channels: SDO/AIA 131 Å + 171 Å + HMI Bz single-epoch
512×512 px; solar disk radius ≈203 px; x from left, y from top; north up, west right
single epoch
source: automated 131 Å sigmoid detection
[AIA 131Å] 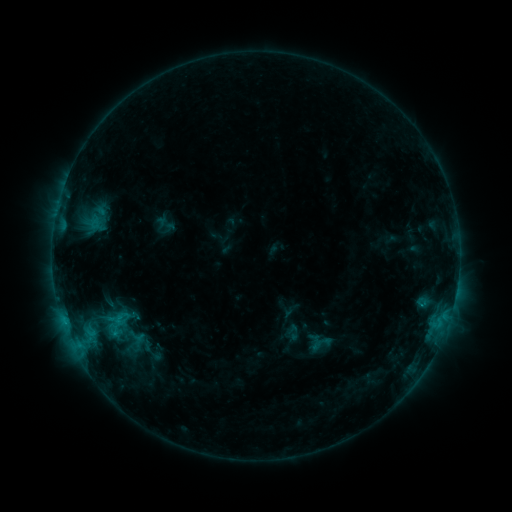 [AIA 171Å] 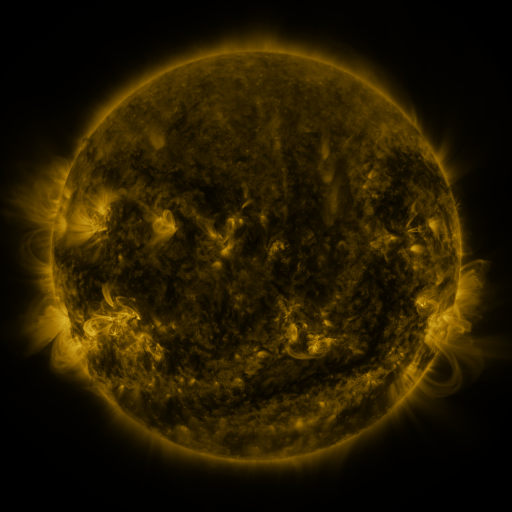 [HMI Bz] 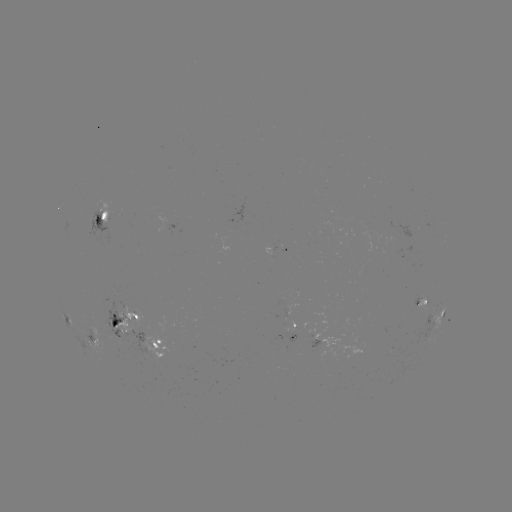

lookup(sigmoid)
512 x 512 (114, 326)